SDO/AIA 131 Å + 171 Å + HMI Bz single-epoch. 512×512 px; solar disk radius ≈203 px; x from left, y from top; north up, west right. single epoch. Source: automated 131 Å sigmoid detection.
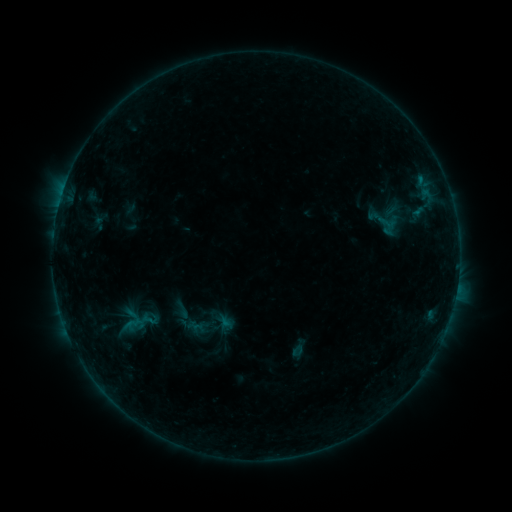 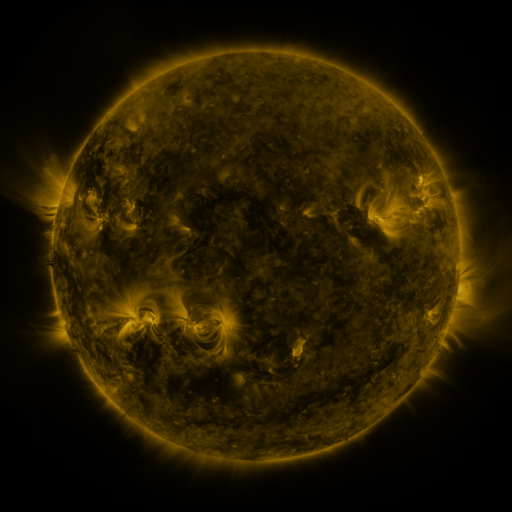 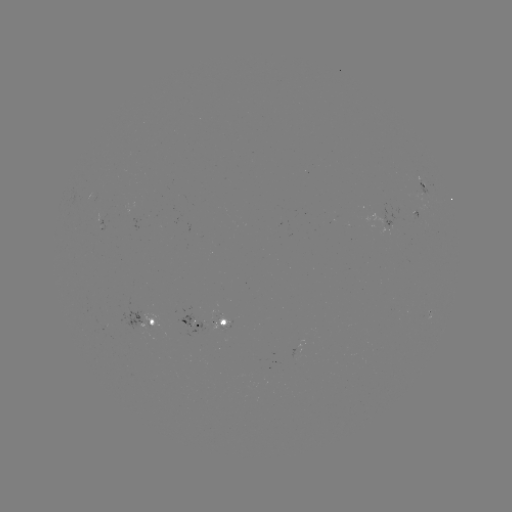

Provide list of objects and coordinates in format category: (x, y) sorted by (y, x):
sigmoid: (388, 222)
